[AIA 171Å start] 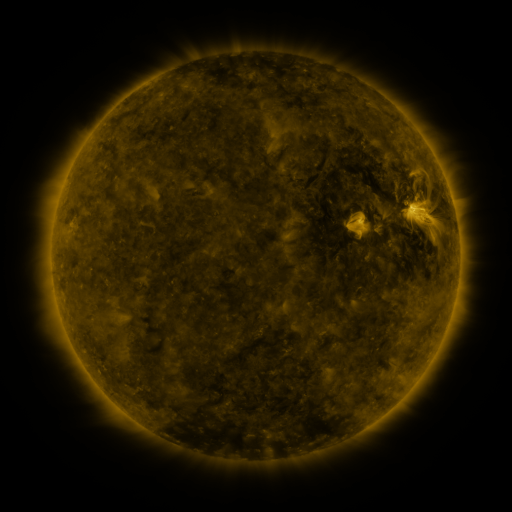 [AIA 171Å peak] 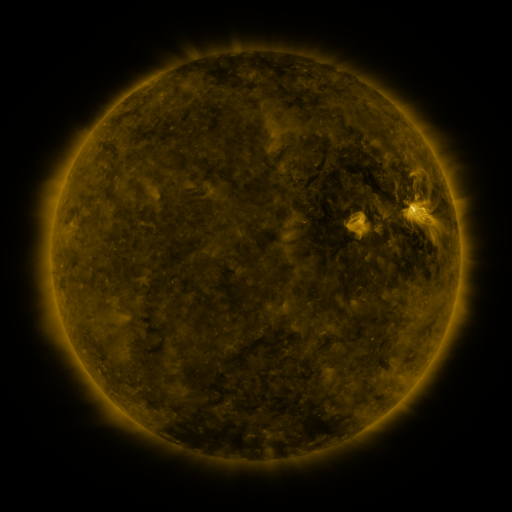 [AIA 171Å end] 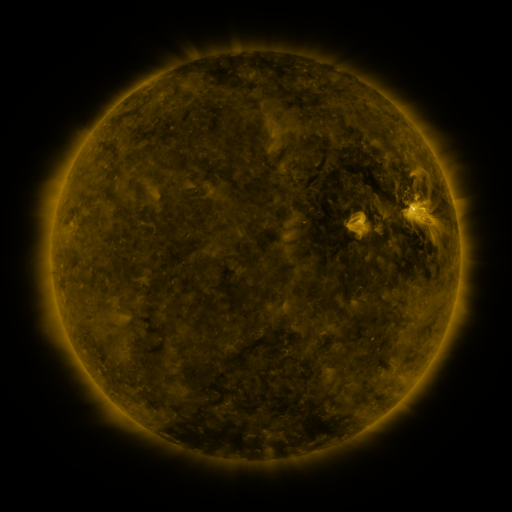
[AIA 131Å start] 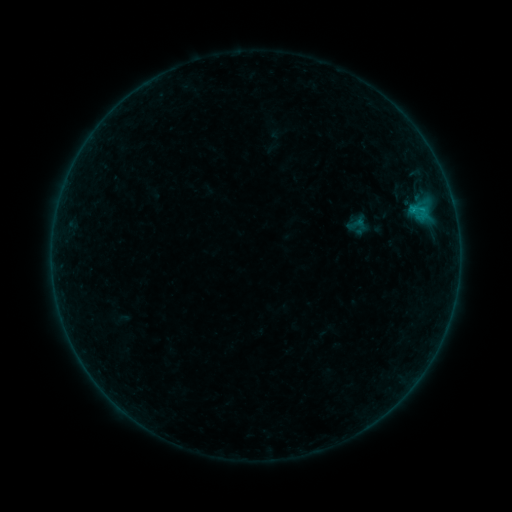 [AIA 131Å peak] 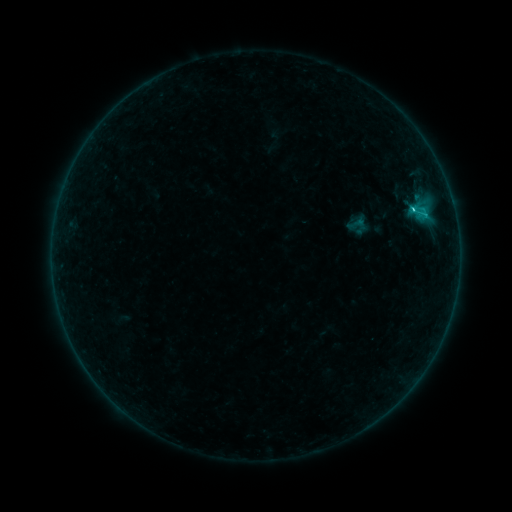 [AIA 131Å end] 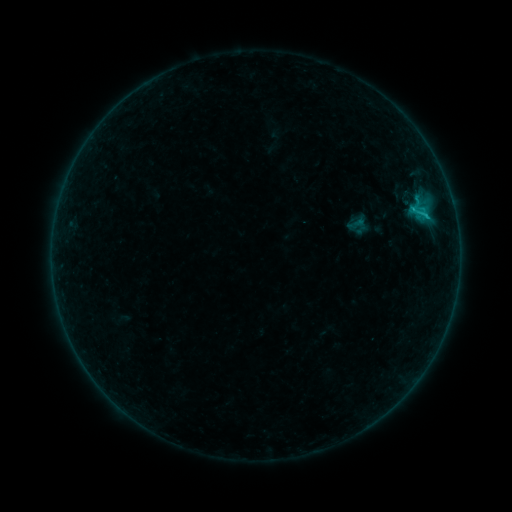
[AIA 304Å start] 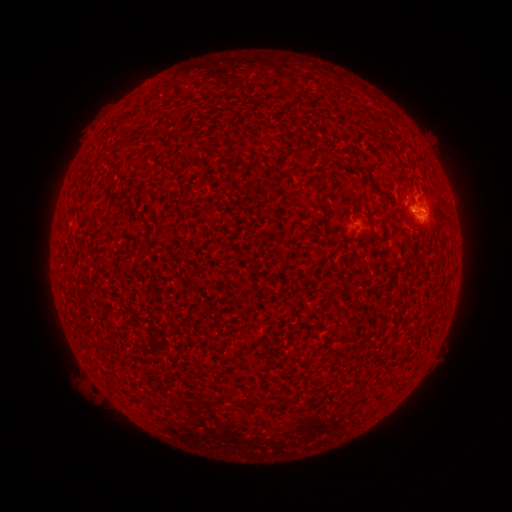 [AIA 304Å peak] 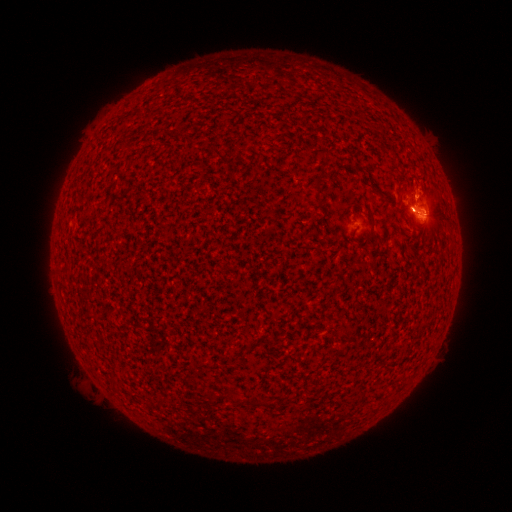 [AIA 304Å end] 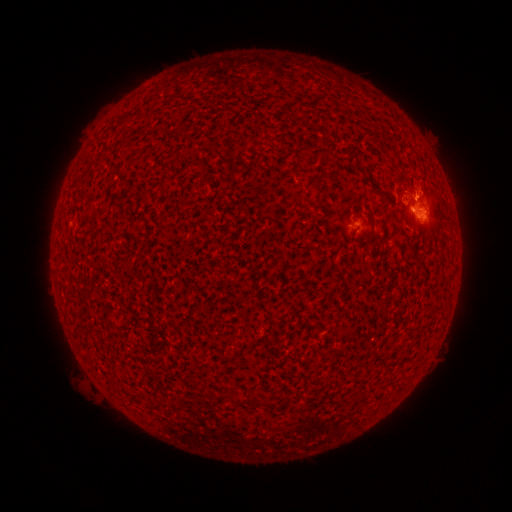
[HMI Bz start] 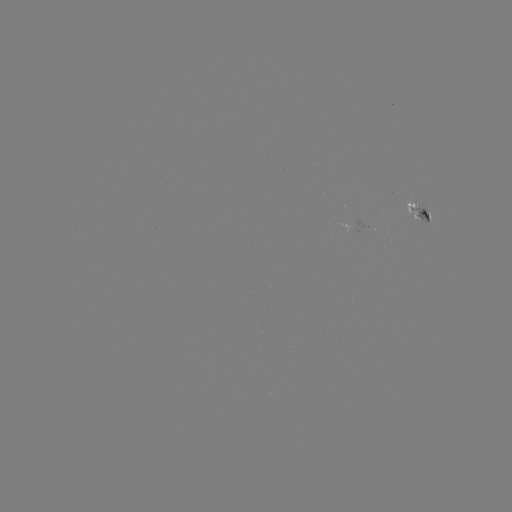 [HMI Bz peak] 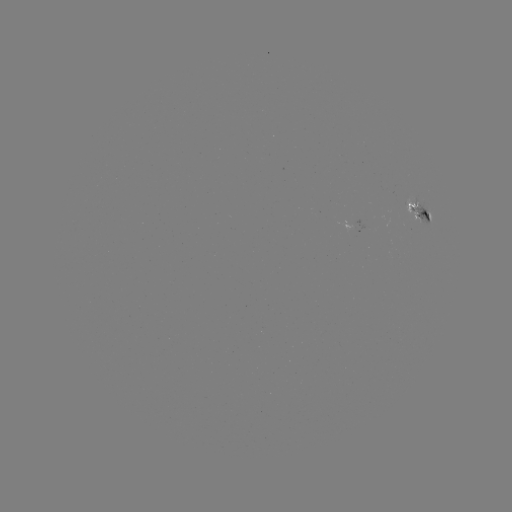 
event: flare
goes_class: C1.0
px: (412, 212)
